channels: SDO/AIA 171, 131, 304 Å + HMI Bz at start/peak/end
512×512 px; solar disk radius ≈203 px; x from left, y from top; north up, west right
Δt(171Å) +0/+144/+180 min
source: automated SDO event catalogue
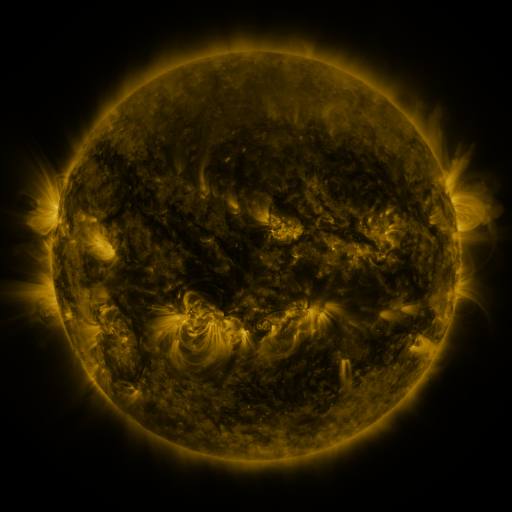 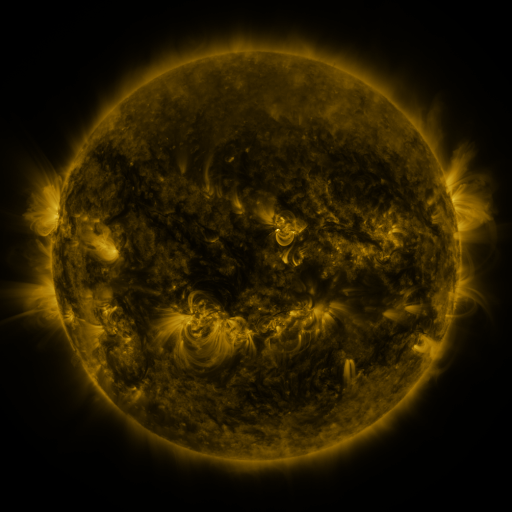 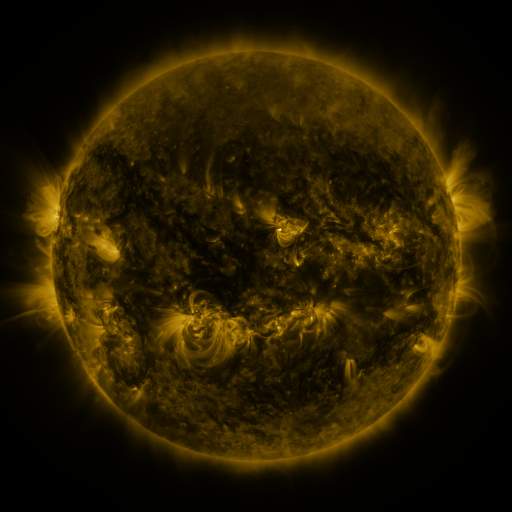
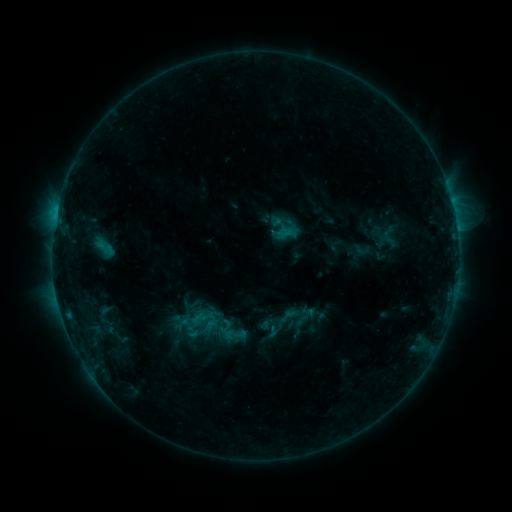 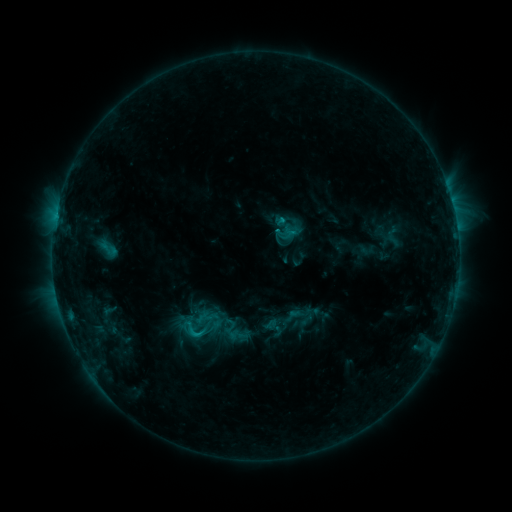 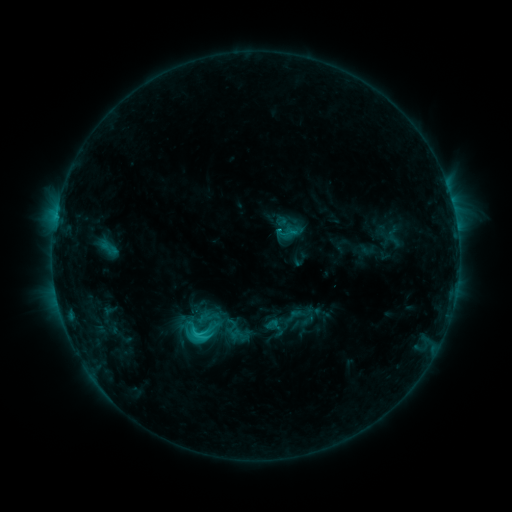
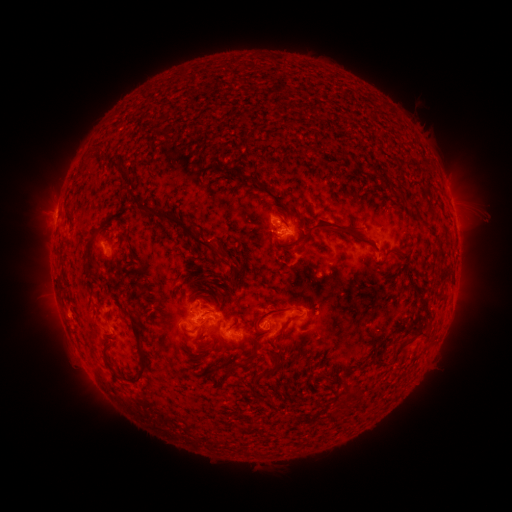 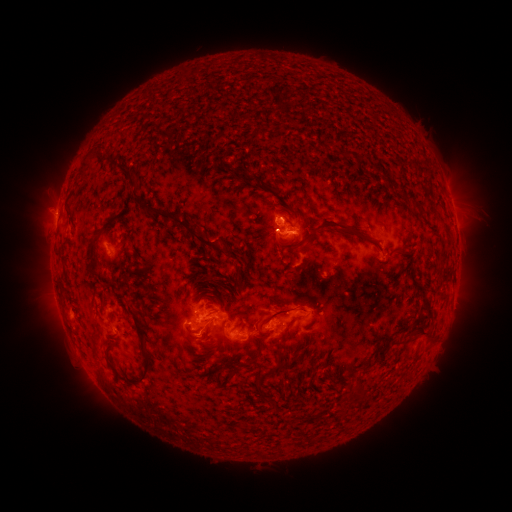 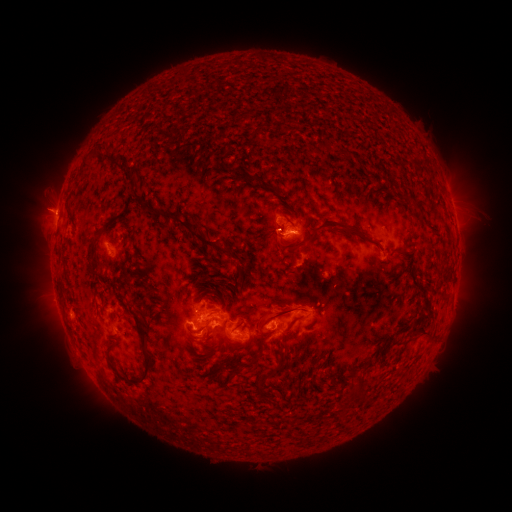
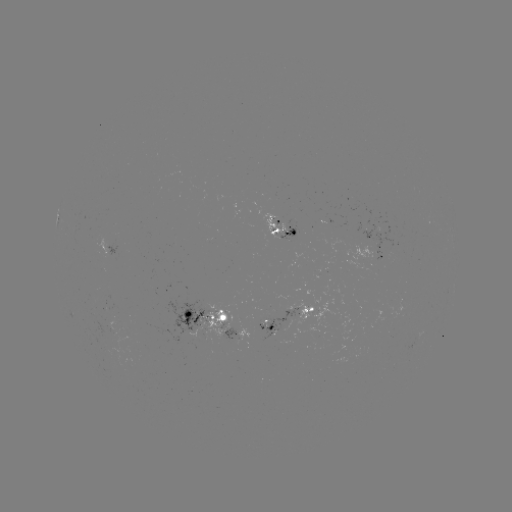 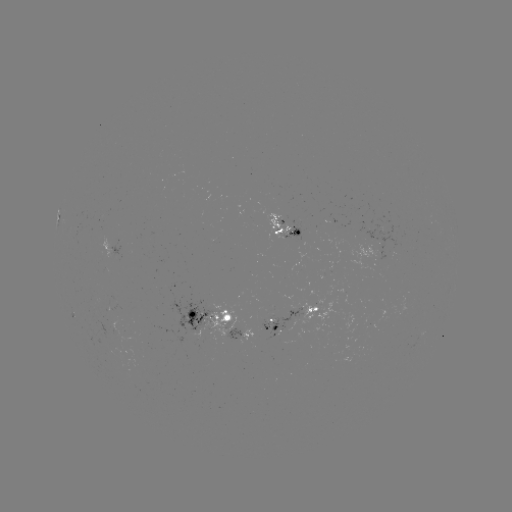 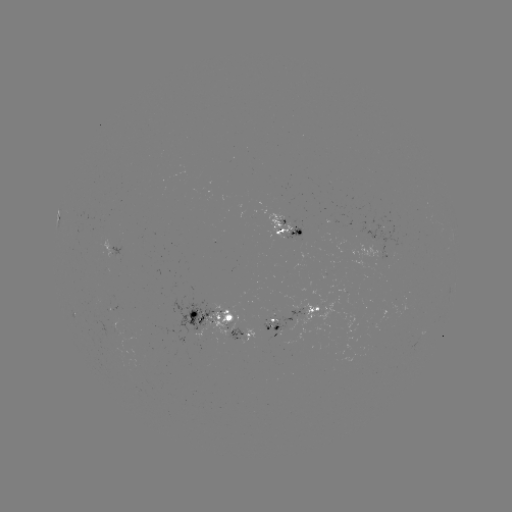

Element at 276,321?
emerging-flux region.